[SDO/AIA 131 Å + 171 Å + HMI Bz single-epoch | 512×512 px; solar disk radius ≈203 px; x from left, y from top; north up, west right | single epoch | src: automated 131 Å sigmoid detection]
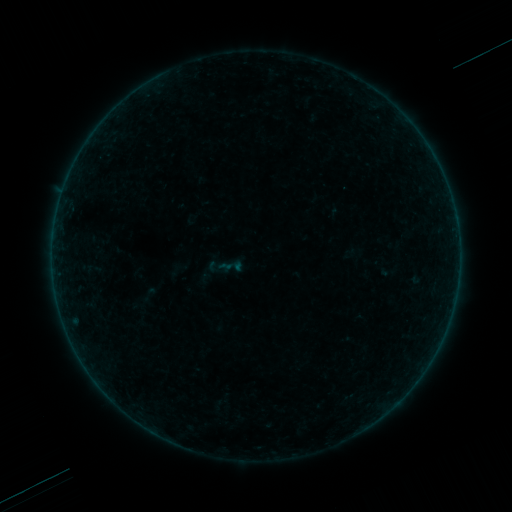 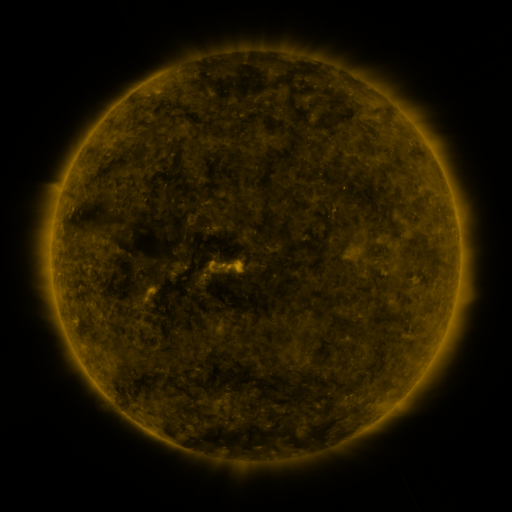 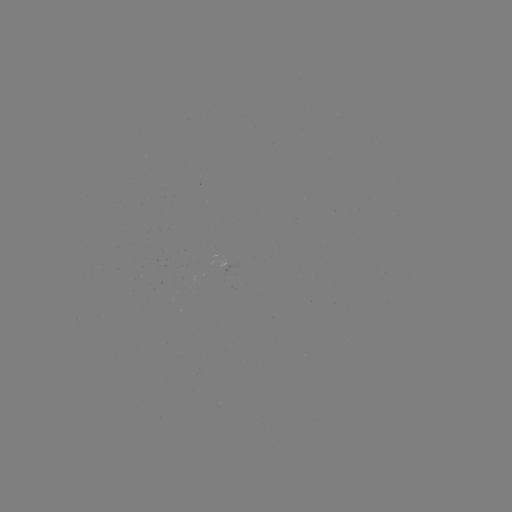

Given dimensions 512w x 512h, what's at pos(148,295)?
sigmoid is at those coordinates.